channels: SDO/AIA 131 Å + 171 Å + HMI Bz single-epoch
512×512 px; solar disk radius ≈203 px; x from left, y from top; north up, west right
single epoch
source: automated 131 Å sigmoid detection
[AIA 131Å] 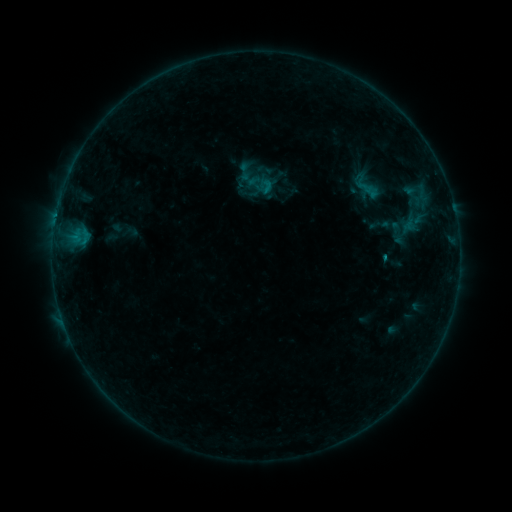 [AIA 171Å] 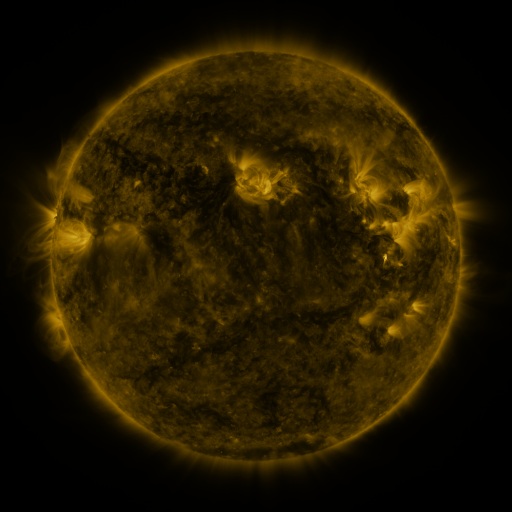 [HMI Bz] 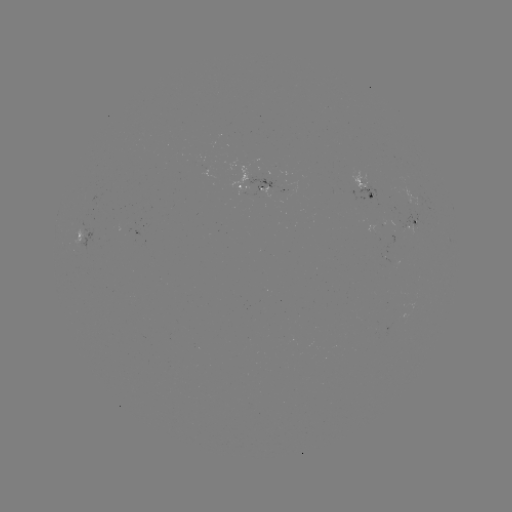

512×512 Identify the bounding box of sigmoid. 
[258, 177, 275, 194].